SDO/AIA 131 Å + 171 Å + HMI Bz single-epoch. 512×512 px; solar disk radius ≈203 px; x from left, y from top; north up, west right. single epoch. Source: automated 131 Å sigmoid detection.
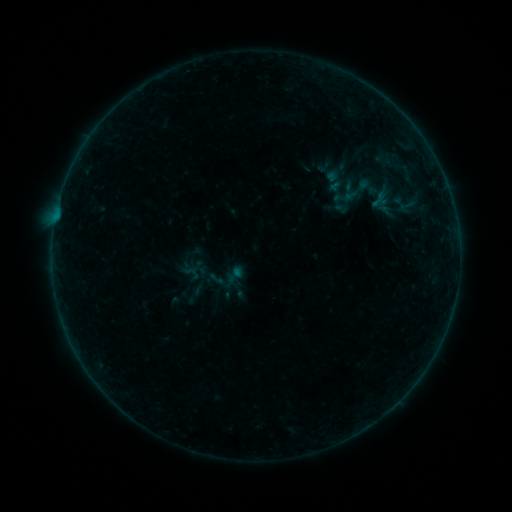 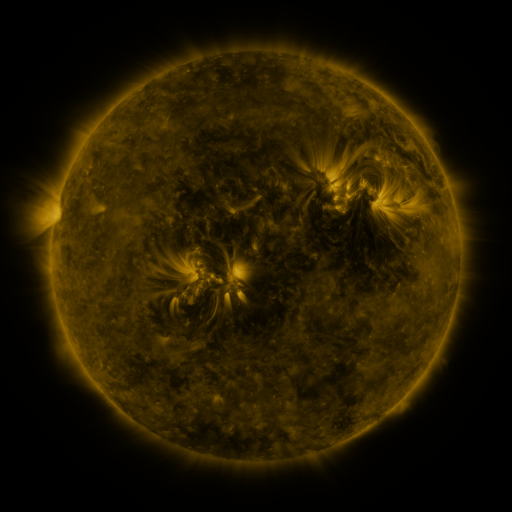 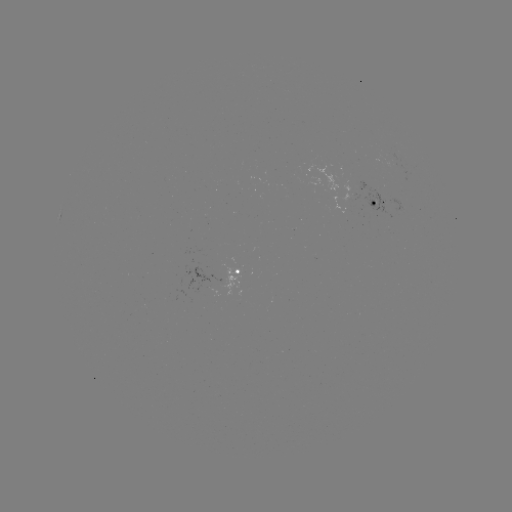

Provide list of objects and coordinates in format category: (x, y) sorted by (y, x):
sigmoid: (368, 187)
sigmoid: (407, 206)
